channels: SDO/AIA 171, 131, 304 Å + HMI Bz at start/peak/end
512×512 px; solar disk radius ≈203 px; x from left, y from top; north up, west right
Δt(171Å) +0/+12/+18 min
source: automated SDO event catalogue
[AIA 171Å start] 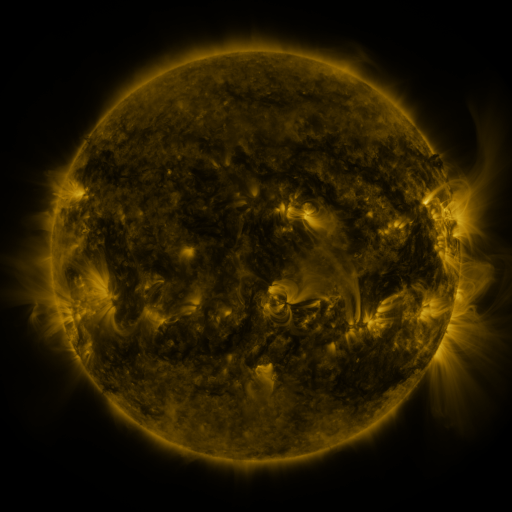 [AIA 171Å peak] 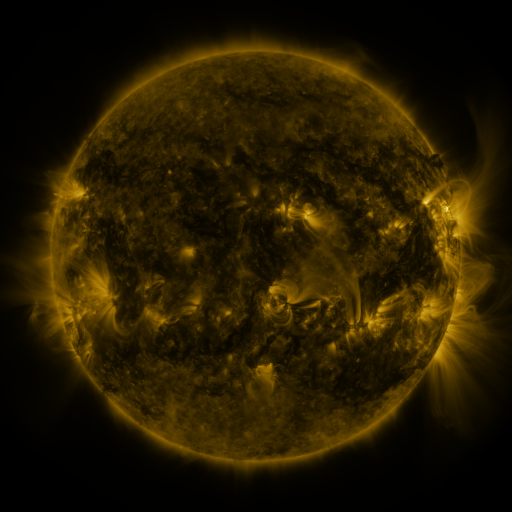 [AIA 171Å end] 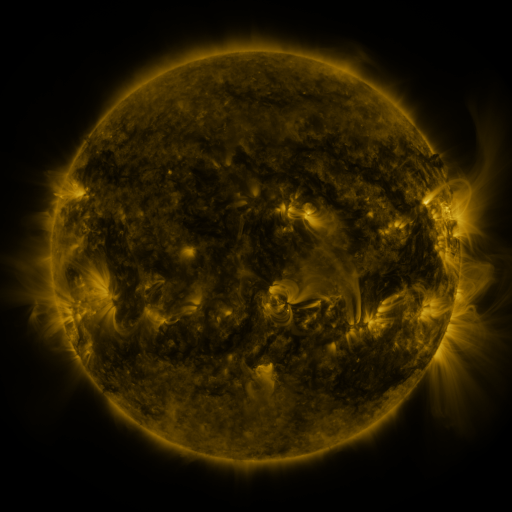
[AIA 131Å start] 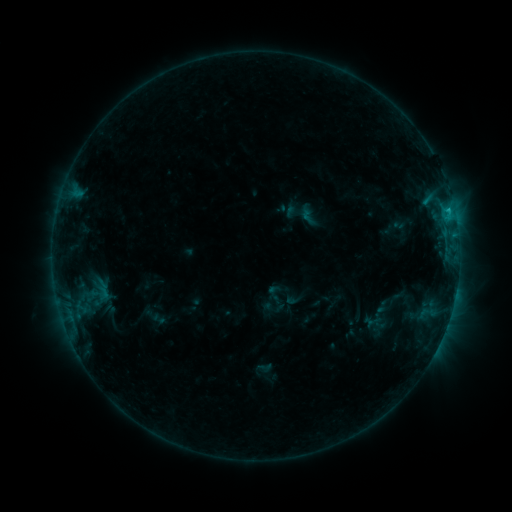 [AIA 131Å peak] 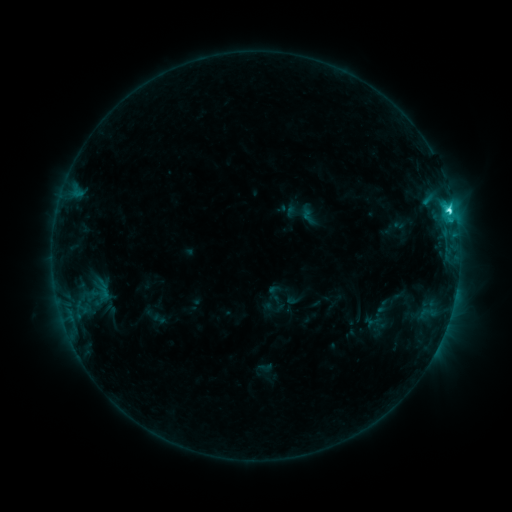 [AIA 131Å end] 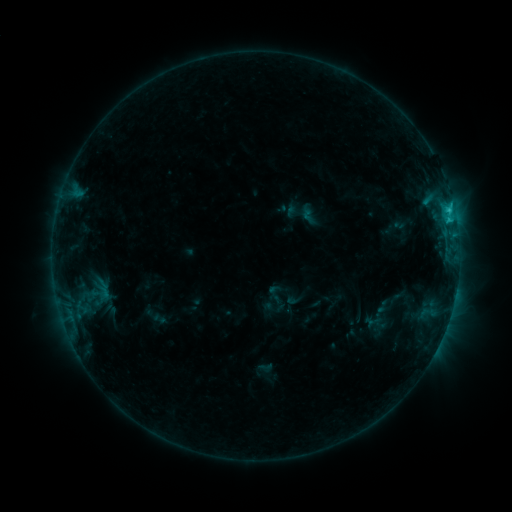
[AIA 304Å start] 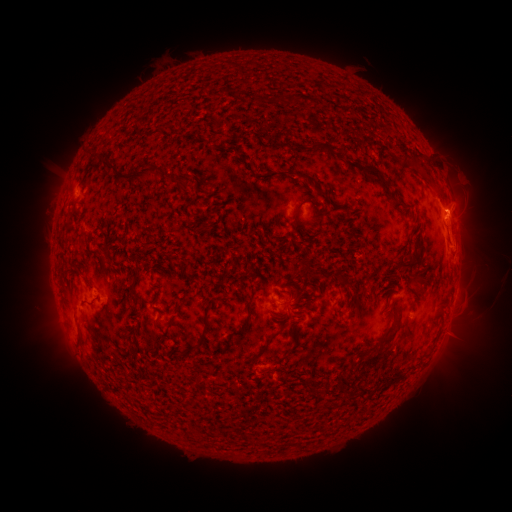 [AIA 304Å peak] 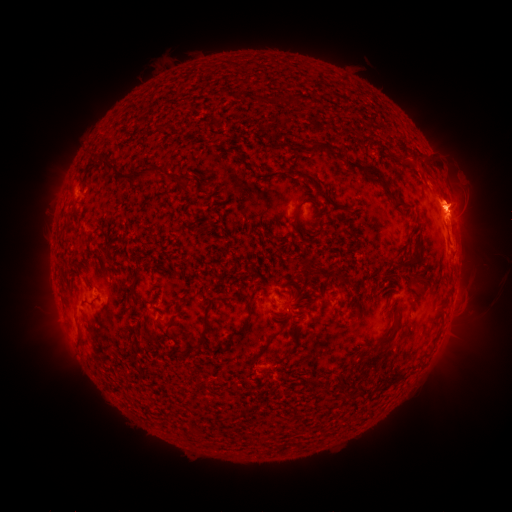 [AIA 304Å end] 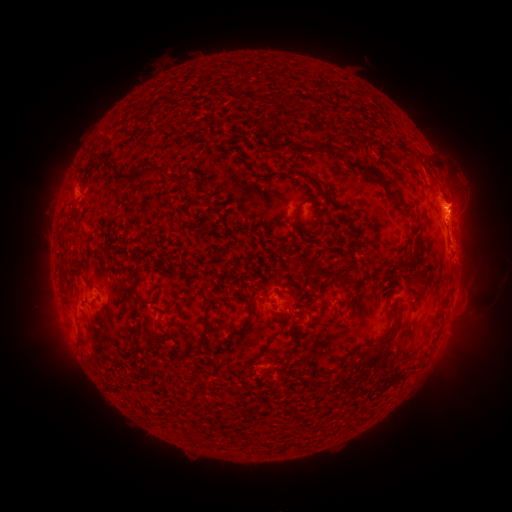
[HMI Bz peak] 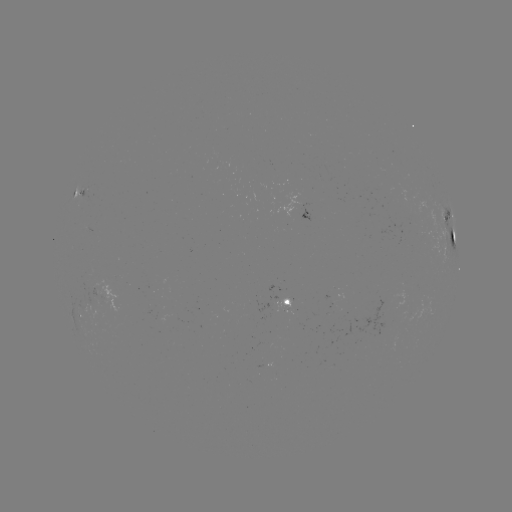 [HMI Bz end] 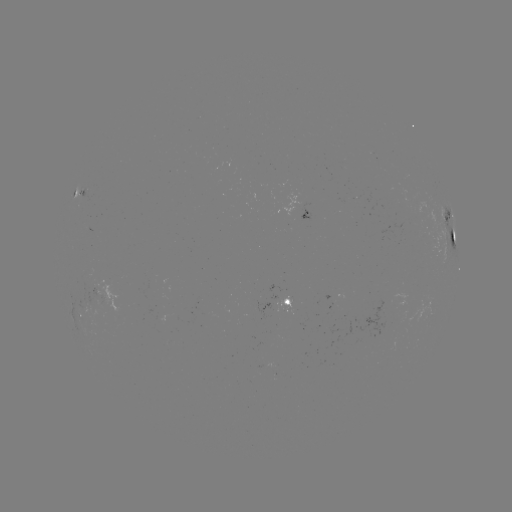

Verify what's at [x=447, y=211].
C3.1 flare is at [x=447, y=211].